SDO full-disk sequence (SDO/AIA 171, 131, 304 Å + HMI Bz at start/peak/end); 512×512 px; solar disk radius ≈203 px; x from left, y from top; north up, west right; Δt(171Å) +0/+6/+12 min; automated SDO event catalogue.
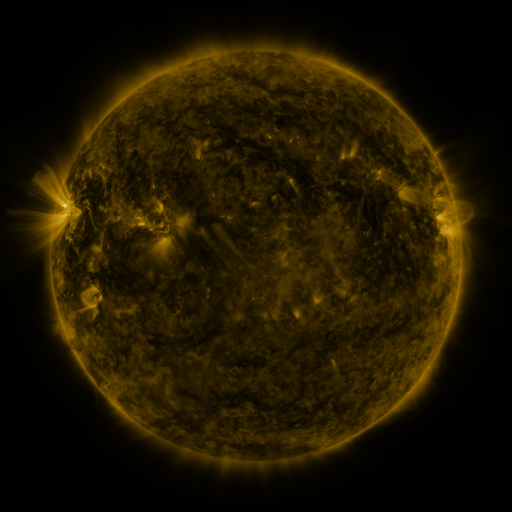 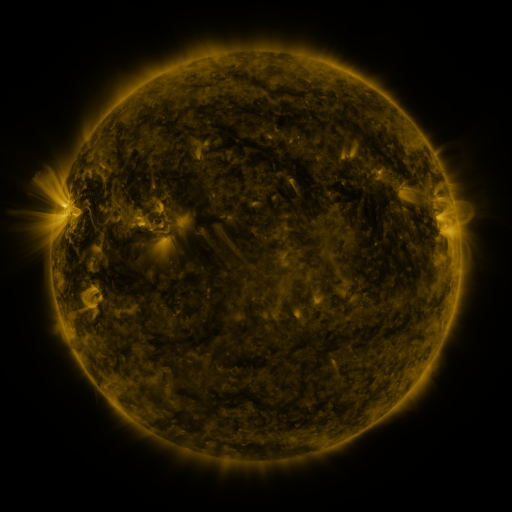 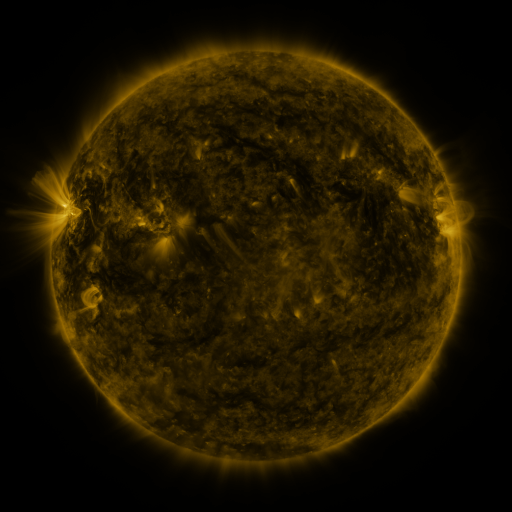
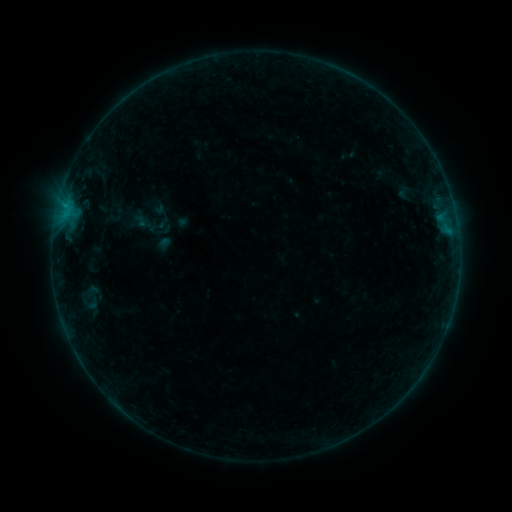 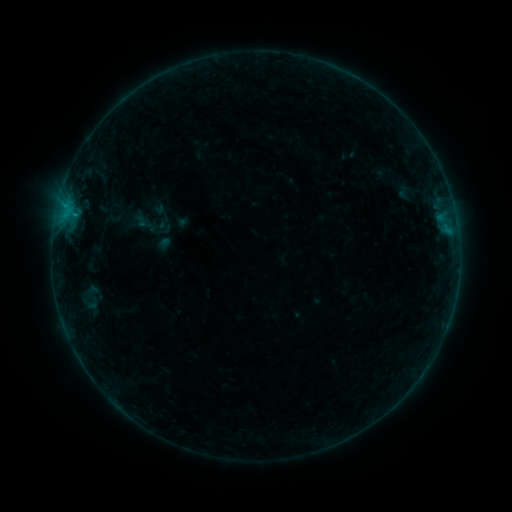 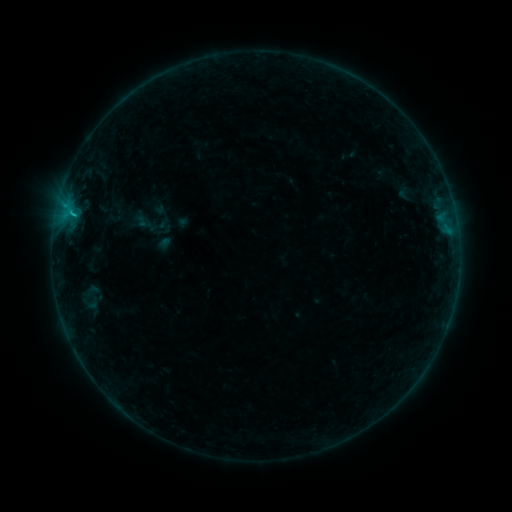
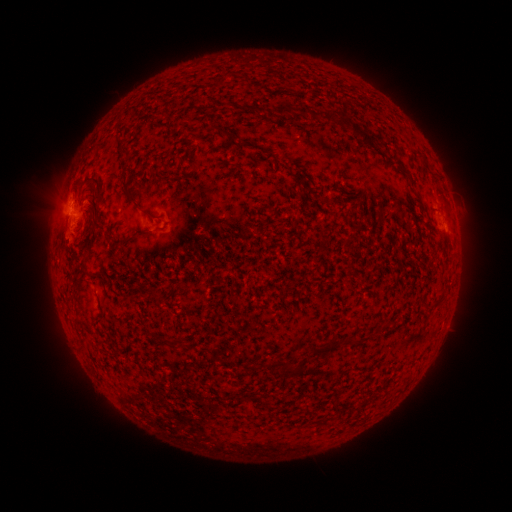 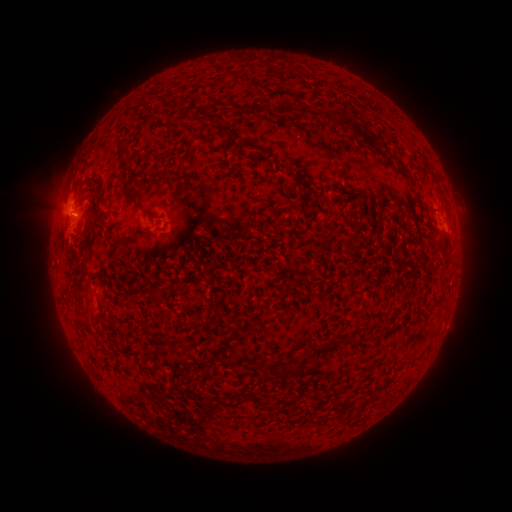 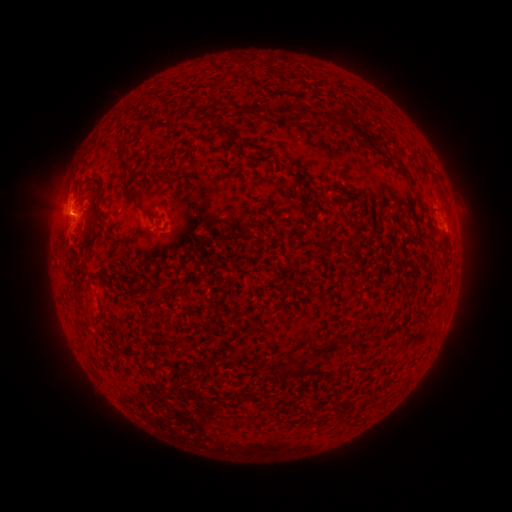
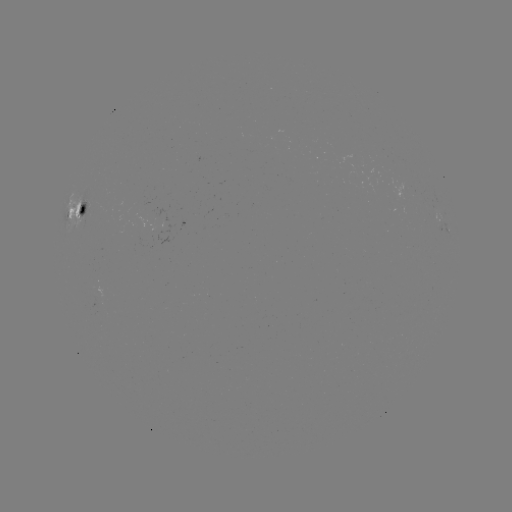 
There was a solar flare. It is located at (77, 207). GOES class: B8.7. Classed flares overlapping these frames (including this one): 1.